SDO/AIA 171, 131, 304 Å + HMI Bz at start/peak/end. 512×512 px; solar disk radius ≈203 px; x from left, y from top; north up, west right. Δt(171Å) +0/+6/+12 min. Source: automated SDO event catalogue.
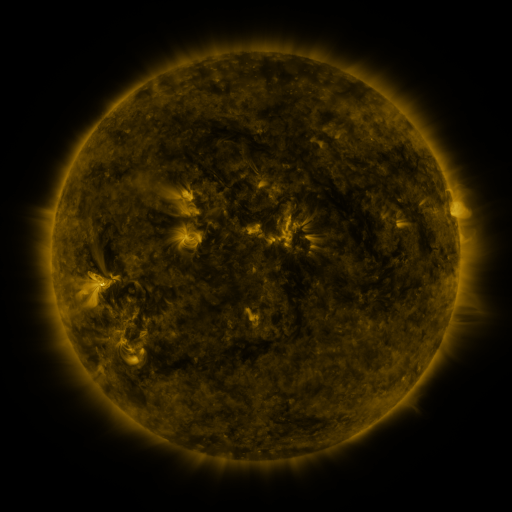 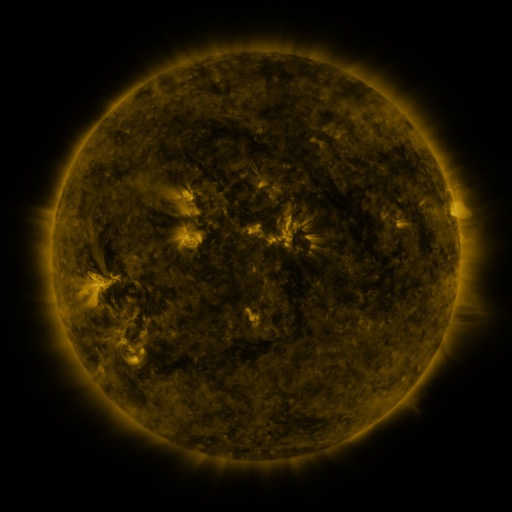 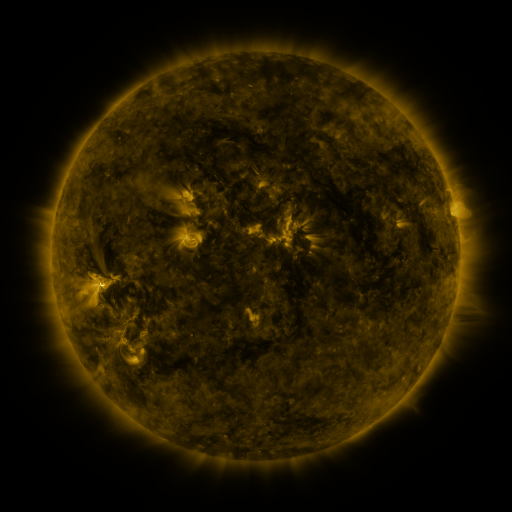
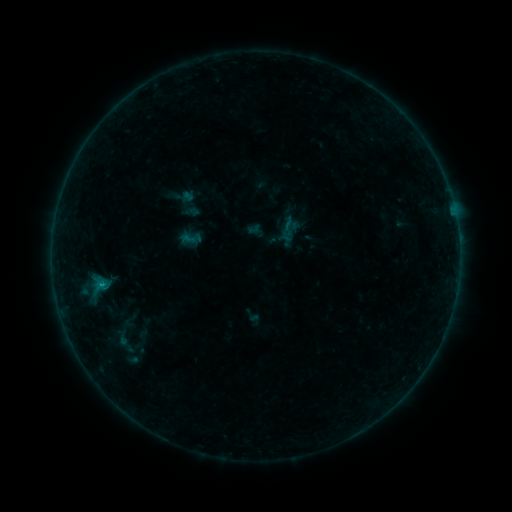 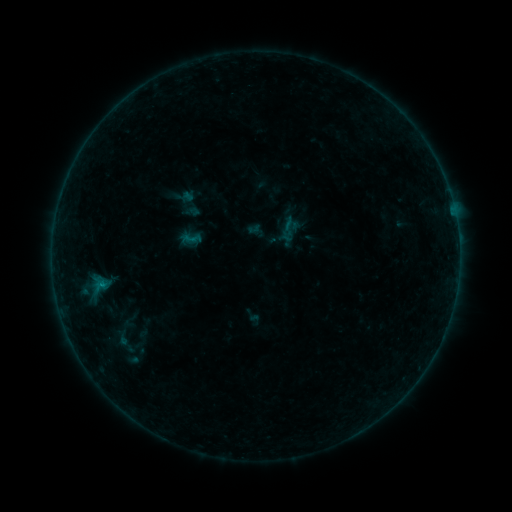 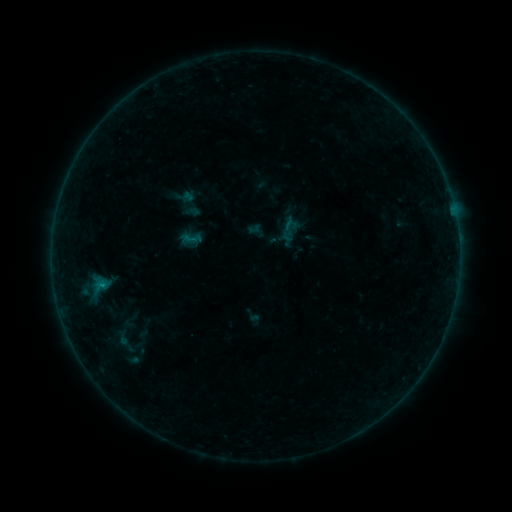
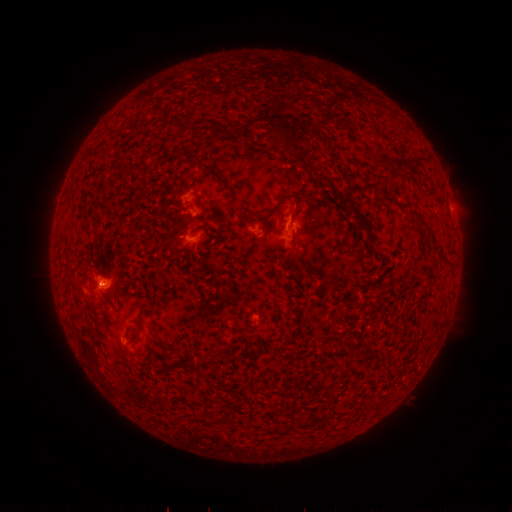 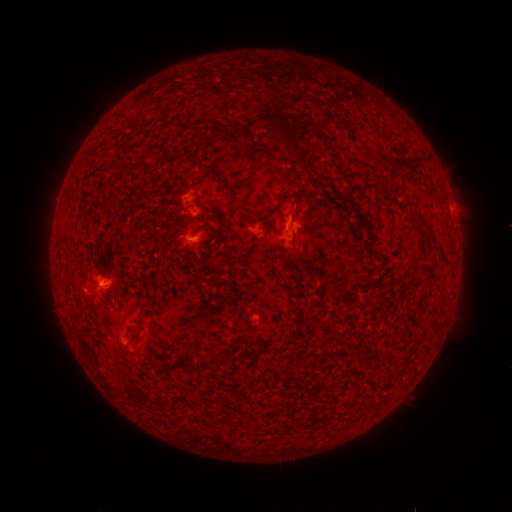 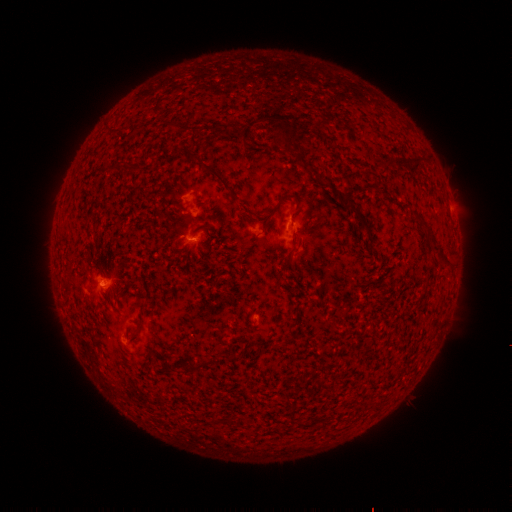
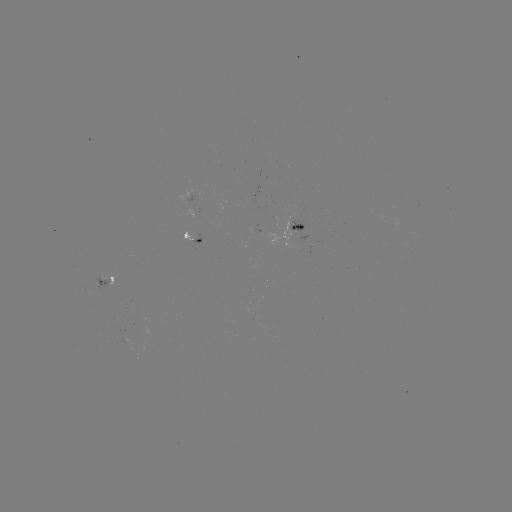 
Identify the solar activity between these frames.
B3.9 flare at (196, 241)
